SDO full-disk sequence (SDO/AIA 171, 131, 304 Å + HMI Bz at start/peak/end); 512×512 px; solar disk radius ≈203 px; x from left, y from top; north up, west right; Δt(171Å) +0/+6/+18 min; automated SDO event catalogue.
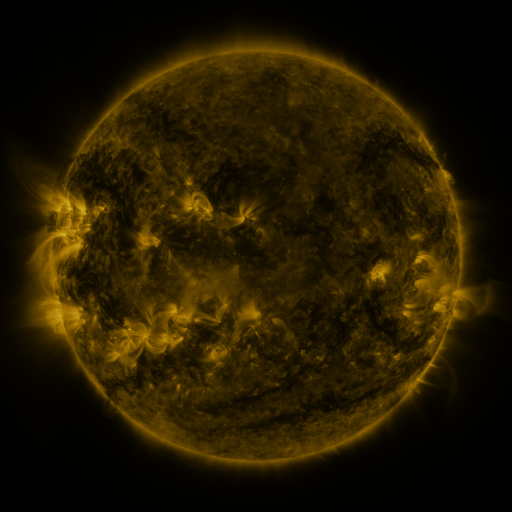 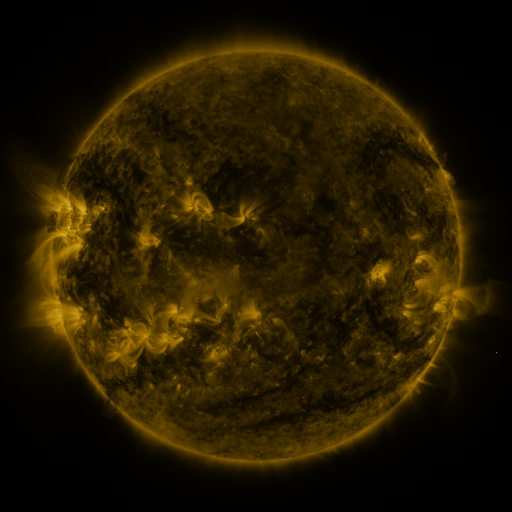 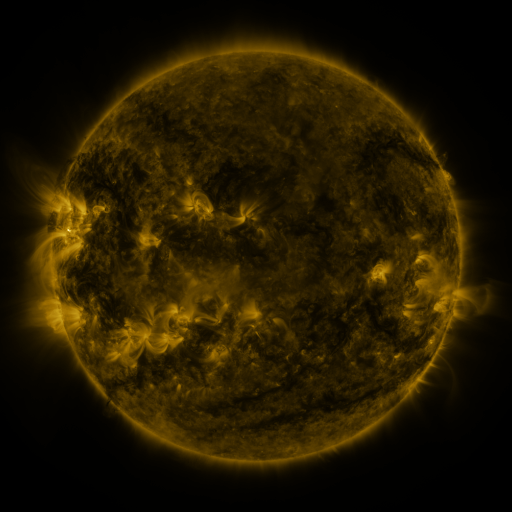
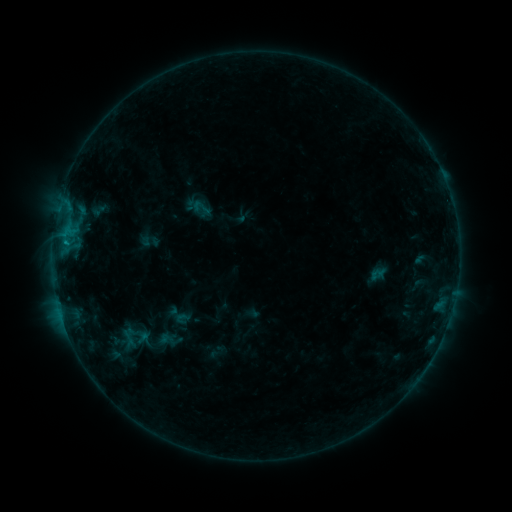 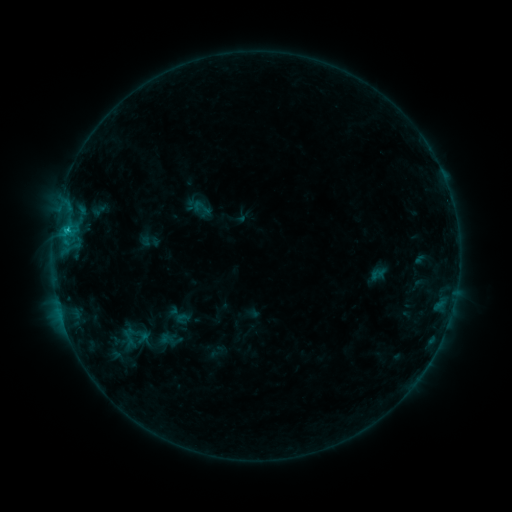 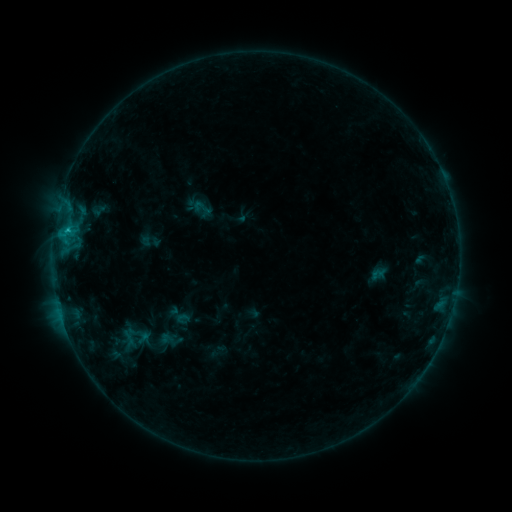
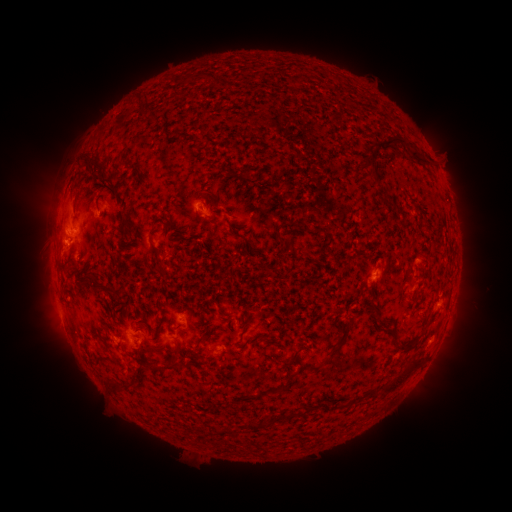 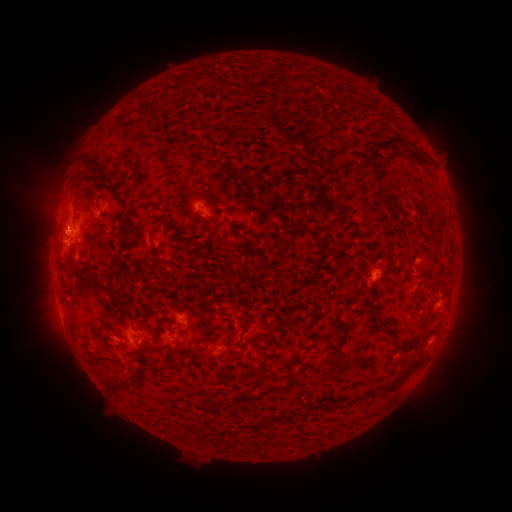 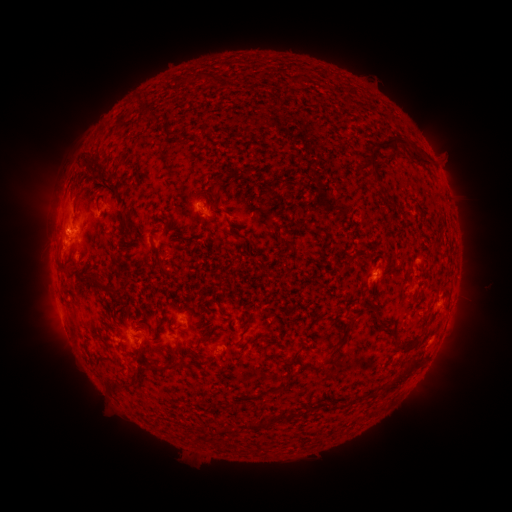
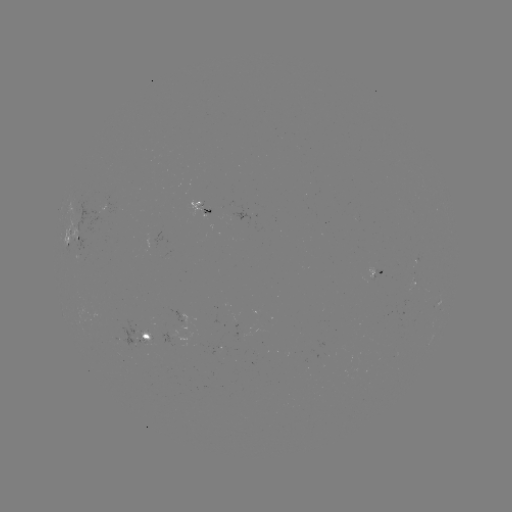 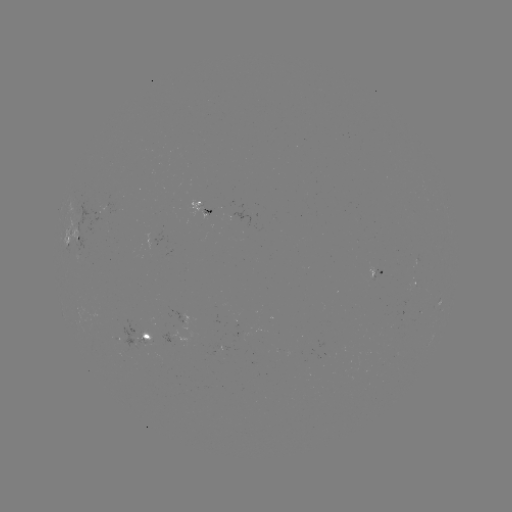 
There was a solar flare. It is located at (67, 232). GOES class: C1.0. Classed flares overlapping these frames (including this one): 1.